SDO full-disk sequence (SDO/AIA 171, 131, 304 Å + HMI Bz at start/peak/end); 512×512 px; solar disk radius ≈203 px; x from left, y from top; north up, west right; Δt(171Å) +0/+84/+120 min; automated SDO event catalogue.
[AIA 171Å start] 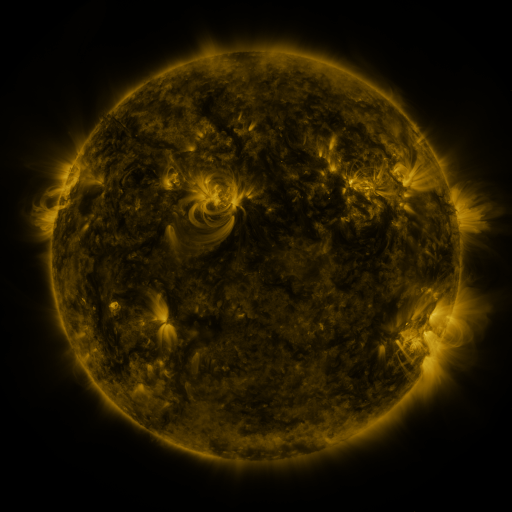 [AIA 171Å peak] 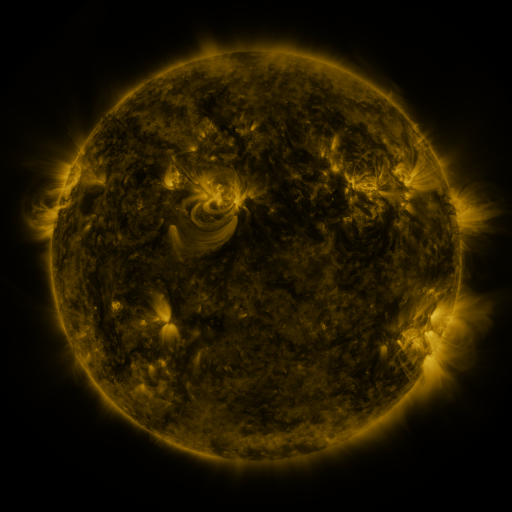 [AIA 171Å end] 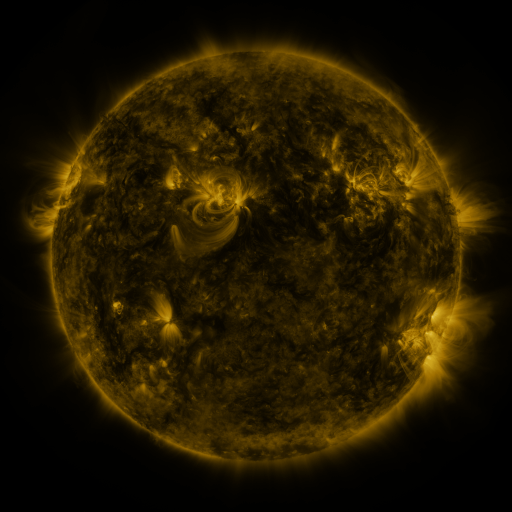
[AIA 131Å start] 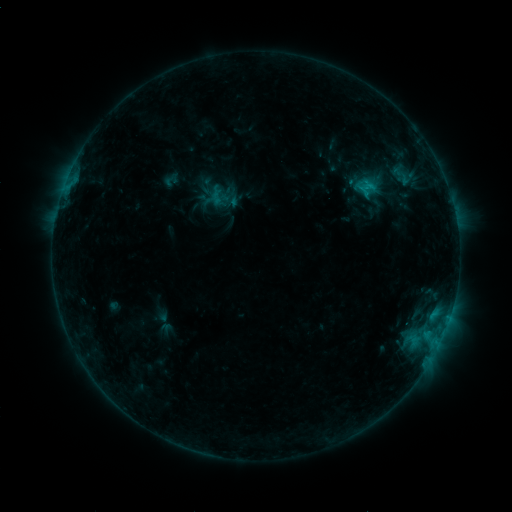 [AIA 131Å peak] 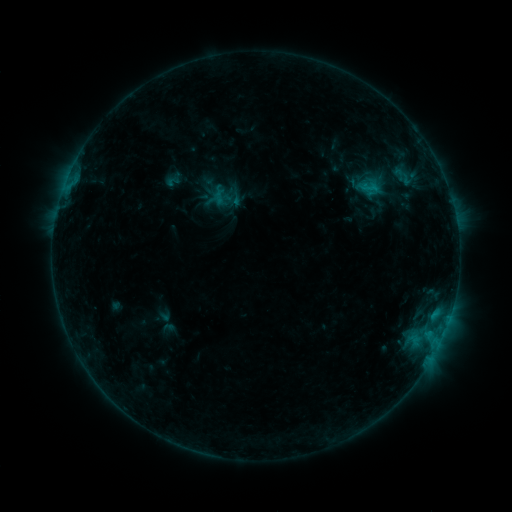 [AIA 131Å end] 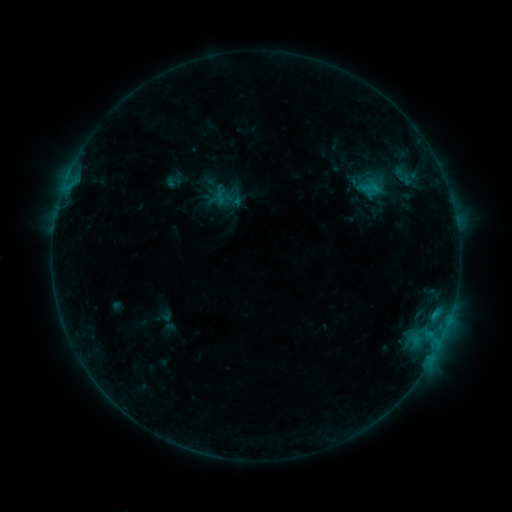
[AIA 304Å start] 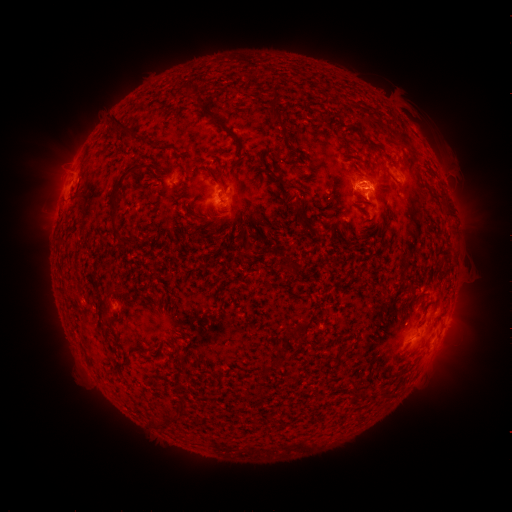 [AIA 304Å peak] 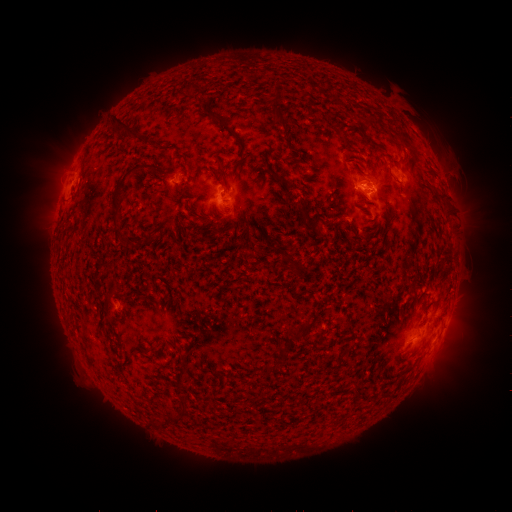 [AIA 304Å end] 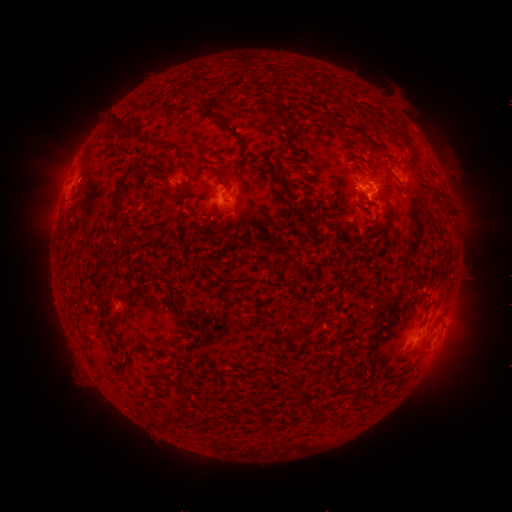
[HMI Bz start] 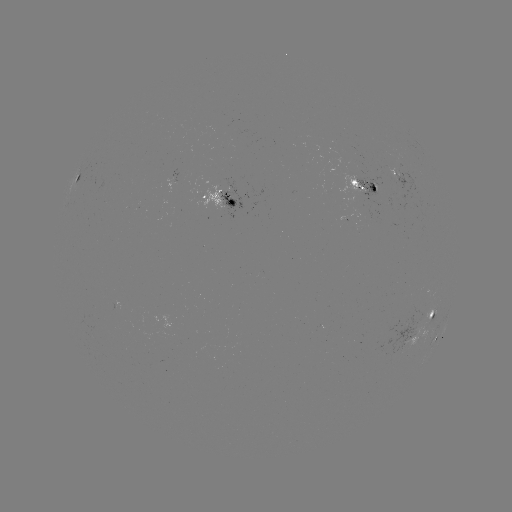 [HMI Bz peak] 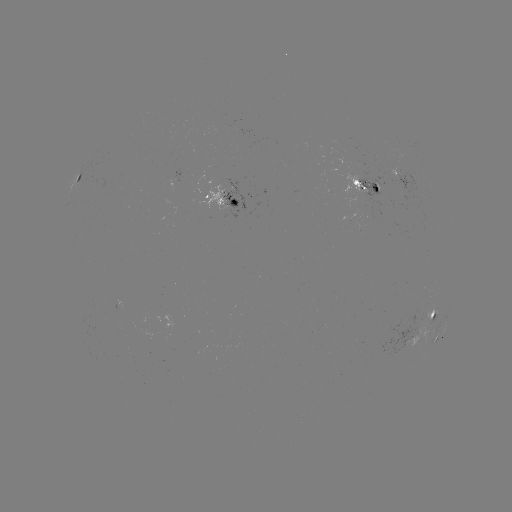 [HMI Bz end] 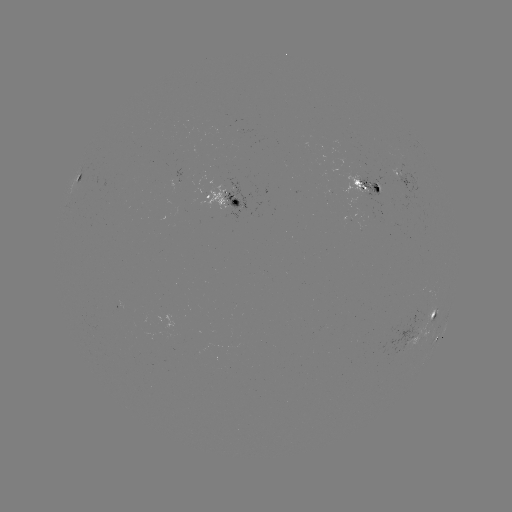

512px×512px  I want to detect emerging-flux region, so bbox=[354, 222, 361, 233].